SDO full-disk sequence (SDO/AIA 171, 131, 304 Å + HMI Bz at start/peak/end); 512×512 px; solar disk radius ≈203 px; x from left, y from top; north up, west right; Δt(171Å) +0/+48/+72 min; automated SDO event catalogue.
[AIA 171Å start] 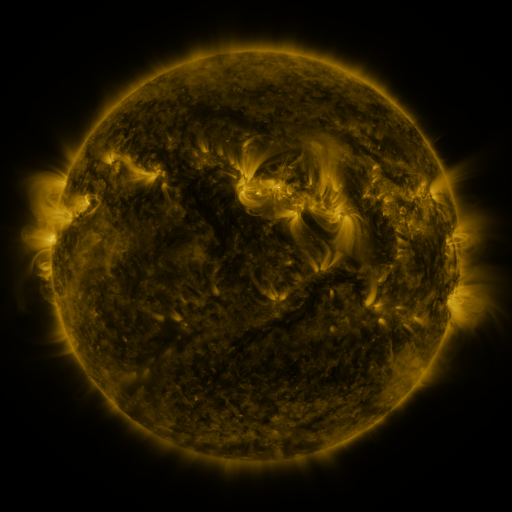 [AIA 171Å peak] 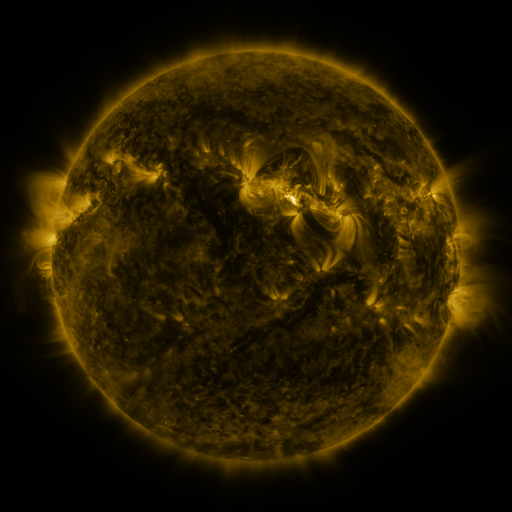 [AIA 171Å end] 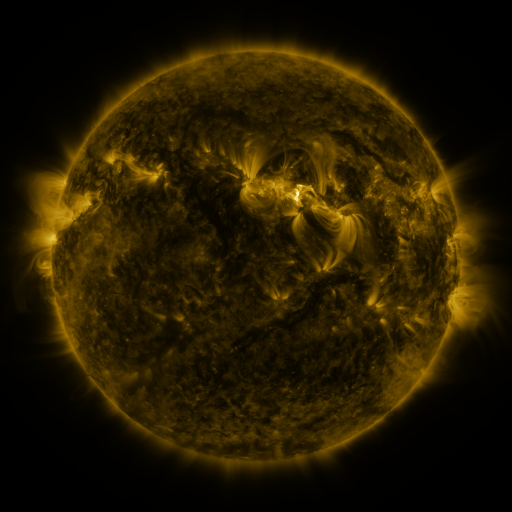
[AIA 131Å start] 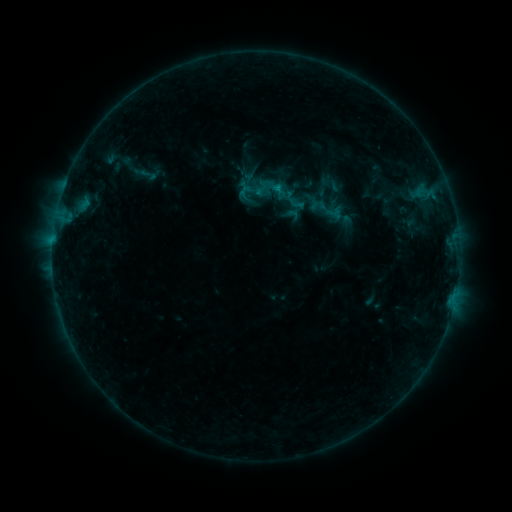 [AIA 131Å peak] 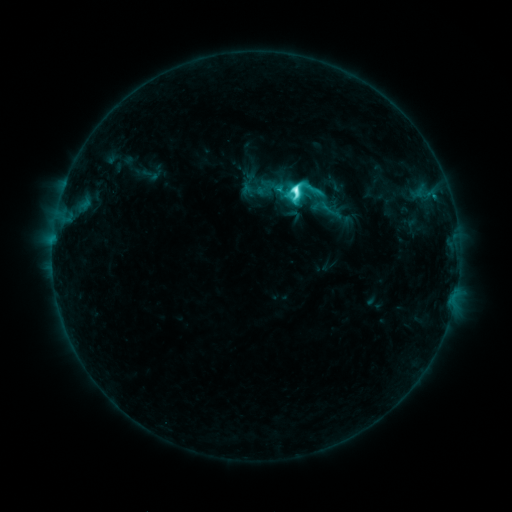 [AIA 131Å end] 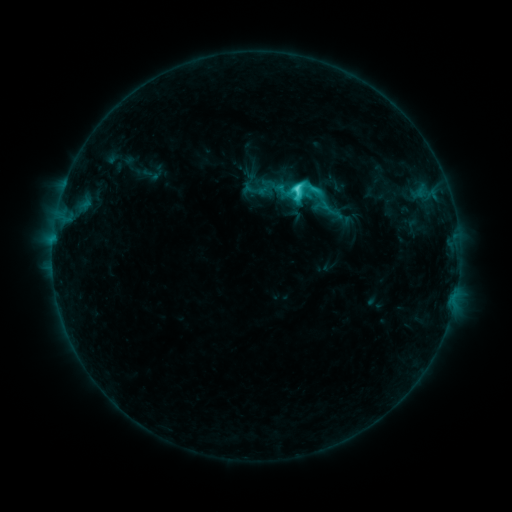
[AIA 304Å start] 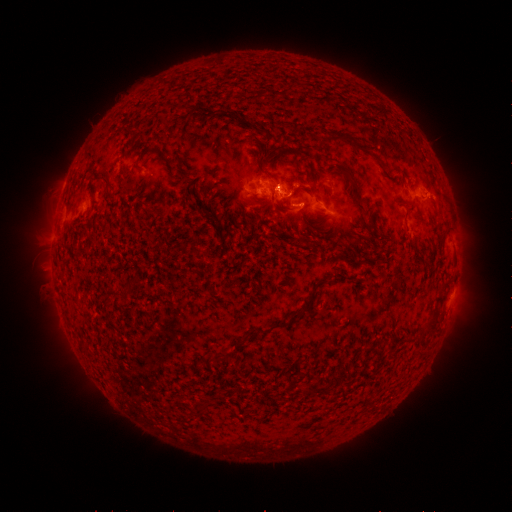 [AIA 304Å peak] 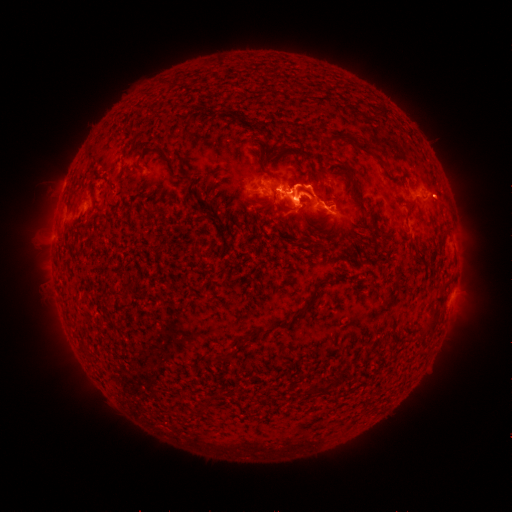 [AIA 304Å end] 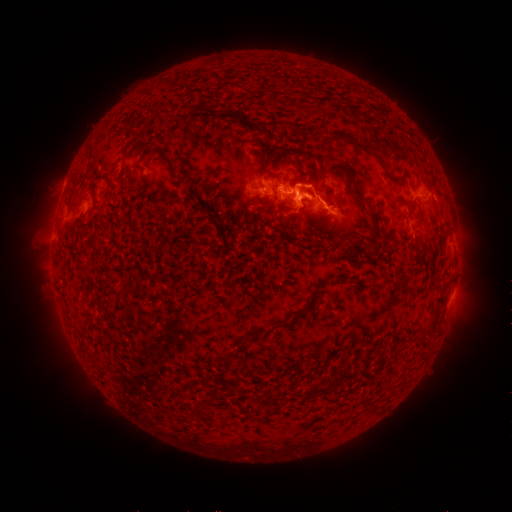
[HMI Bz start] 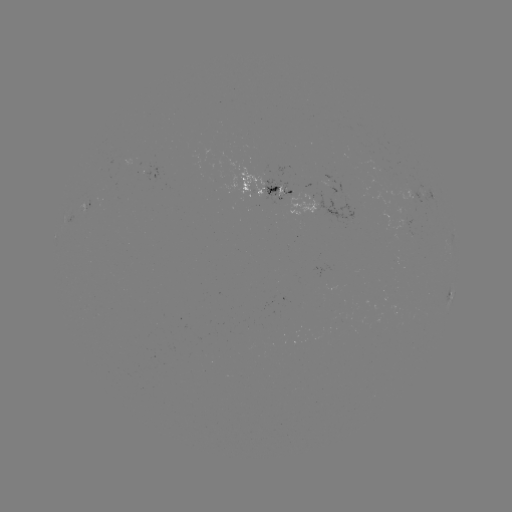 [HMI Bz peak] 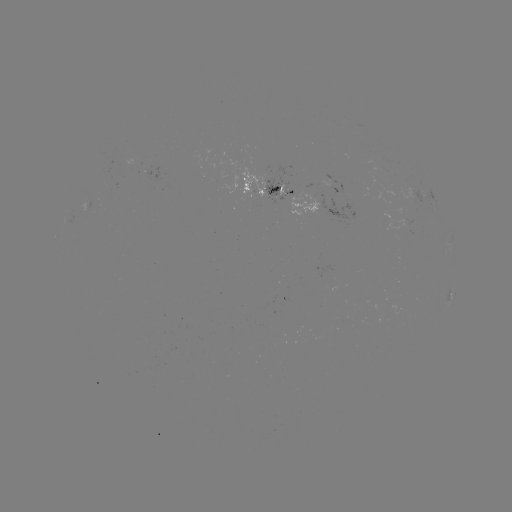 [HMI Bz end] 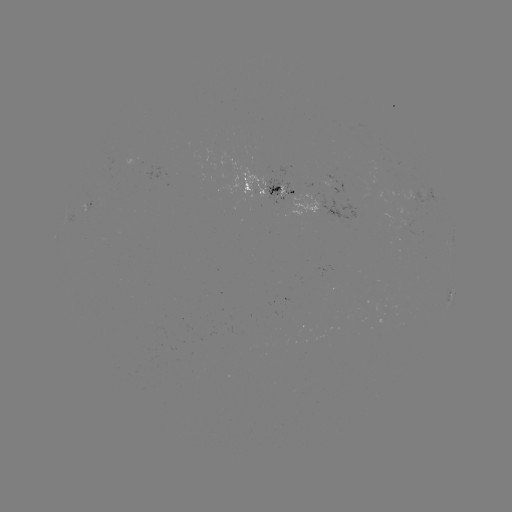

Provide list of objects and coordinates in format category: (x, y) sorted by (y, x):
C8.9 flare: (294, 194)
